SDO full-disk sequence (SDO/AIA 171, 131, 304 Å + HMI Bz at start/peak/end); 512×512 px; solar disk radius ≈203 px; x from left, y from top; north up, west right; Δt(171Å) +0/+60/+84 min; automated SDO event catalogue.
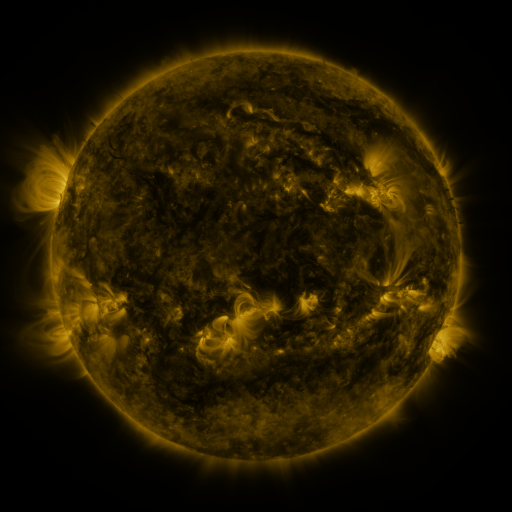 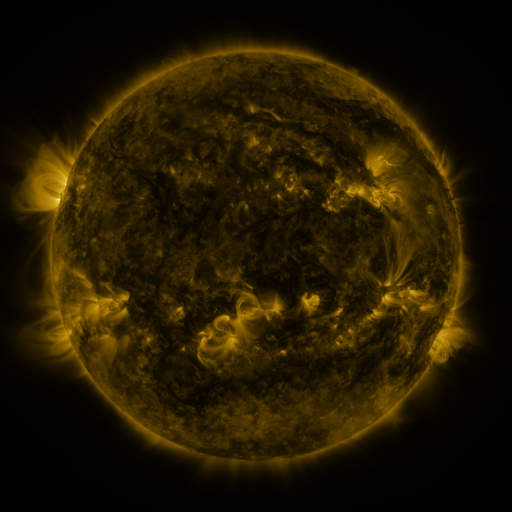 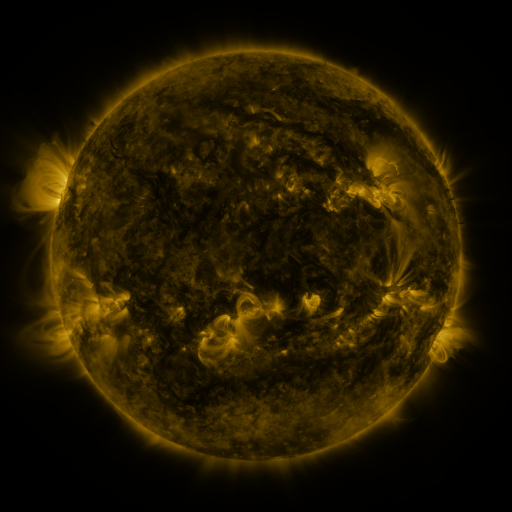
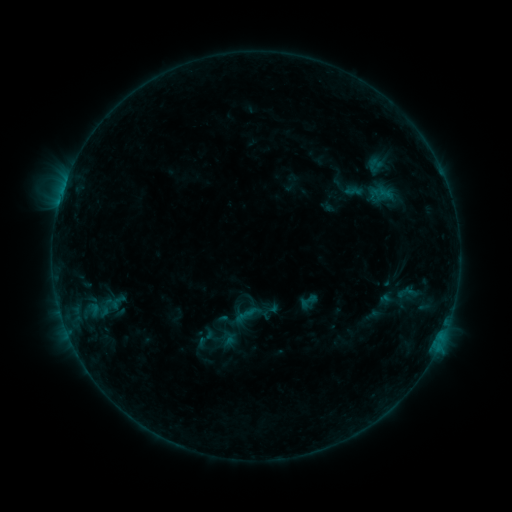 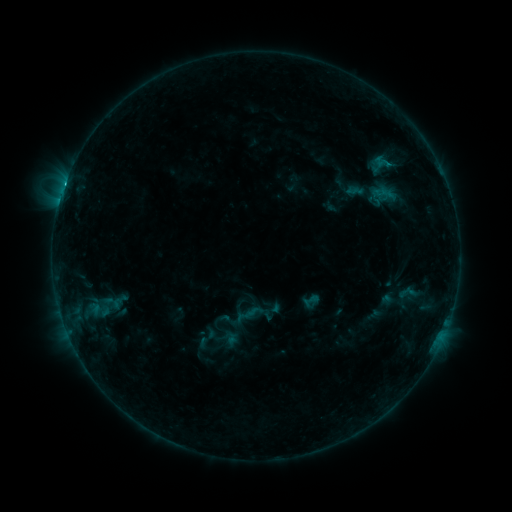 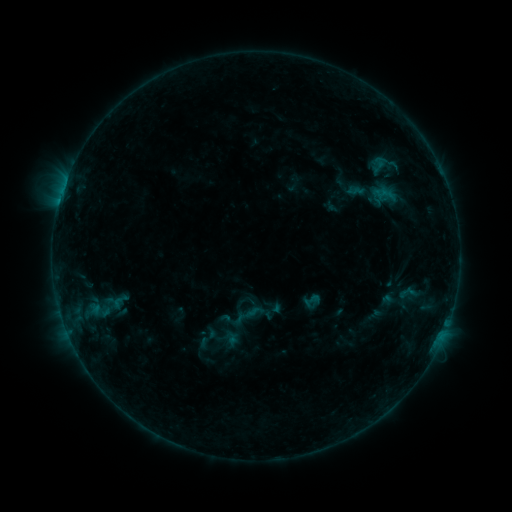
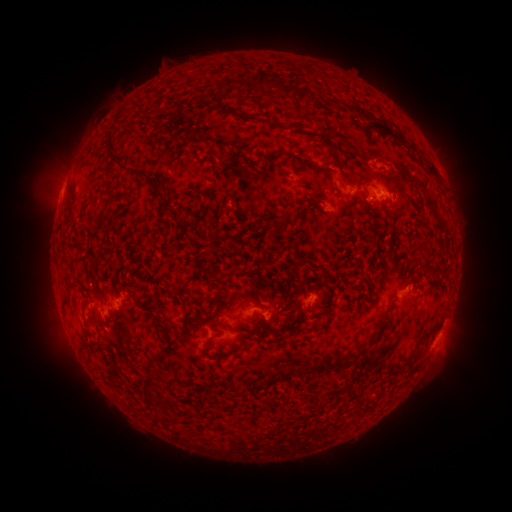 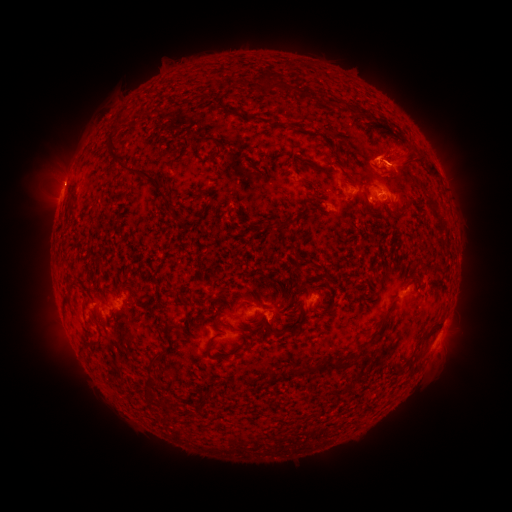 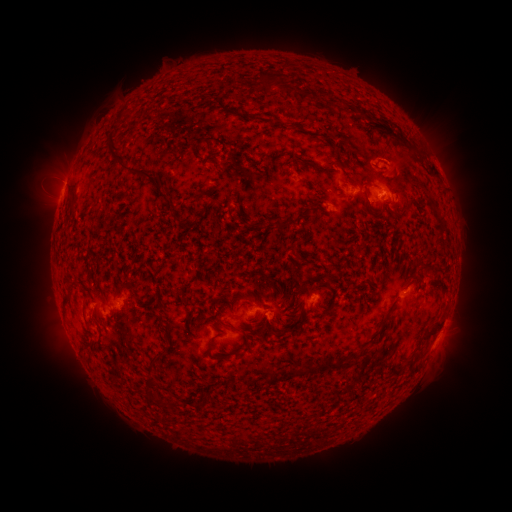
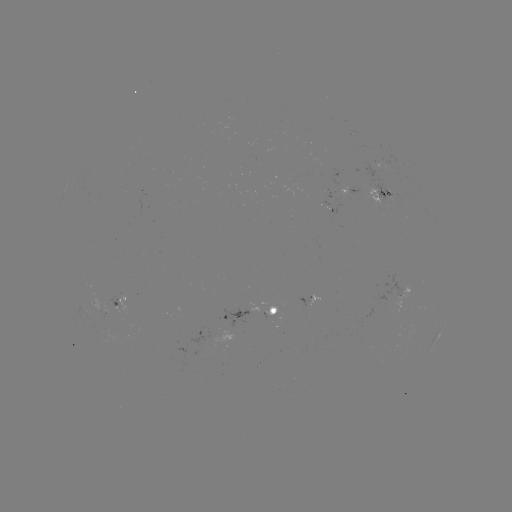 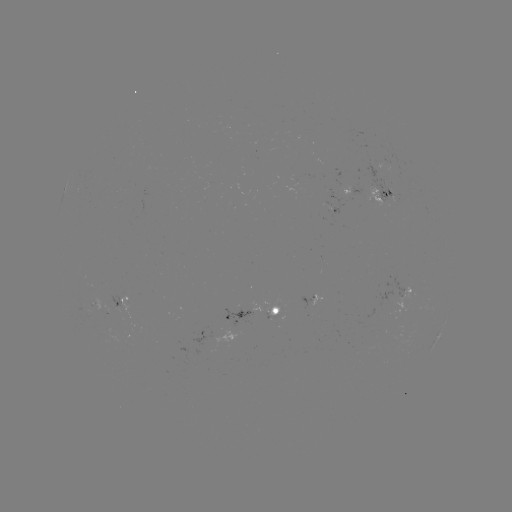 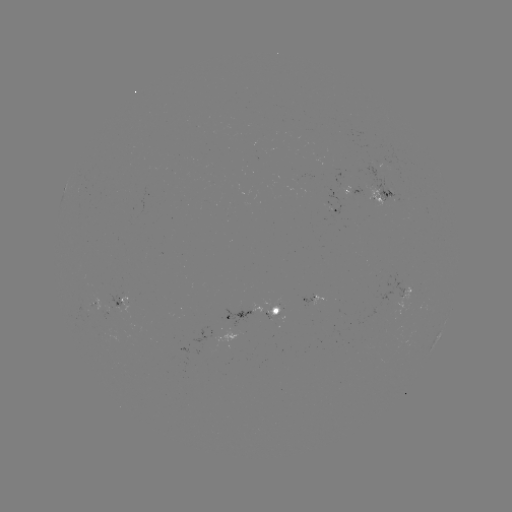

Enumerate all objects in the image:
emerging-flux region: (310, 166)
